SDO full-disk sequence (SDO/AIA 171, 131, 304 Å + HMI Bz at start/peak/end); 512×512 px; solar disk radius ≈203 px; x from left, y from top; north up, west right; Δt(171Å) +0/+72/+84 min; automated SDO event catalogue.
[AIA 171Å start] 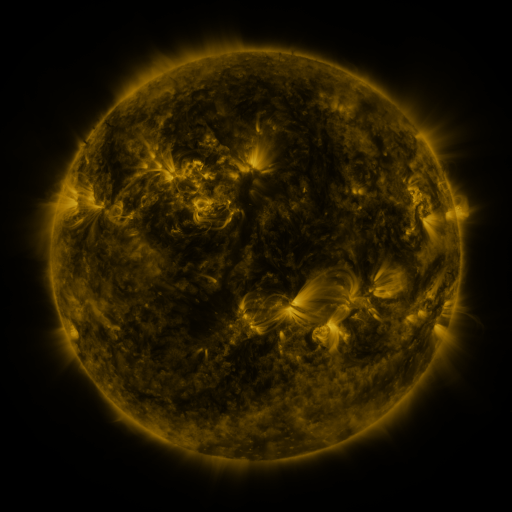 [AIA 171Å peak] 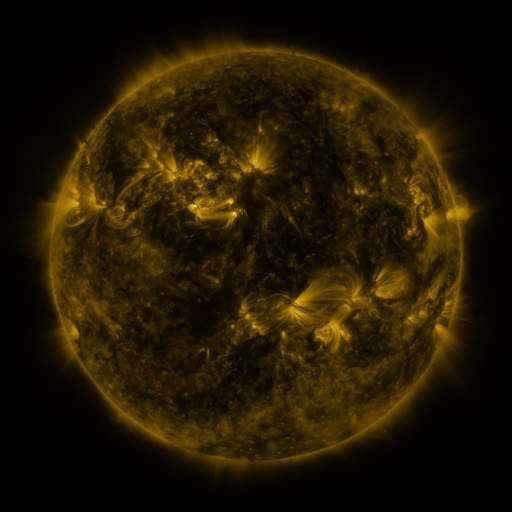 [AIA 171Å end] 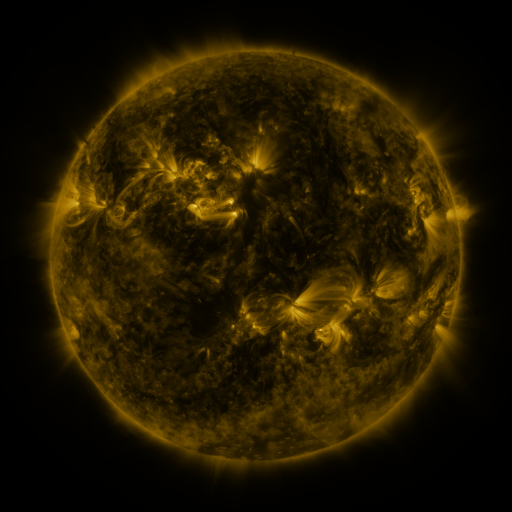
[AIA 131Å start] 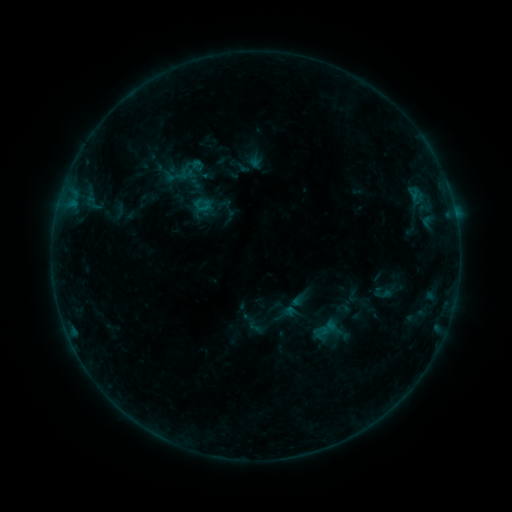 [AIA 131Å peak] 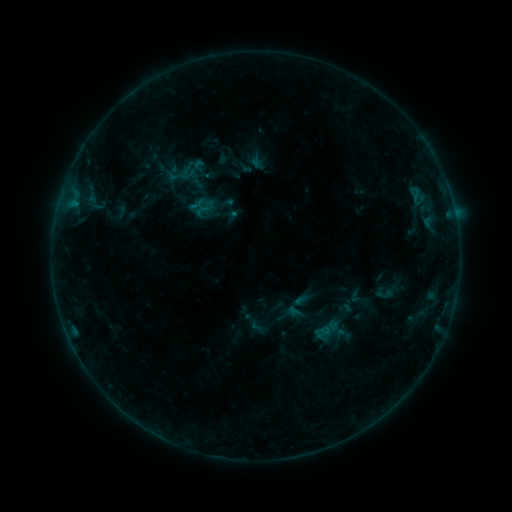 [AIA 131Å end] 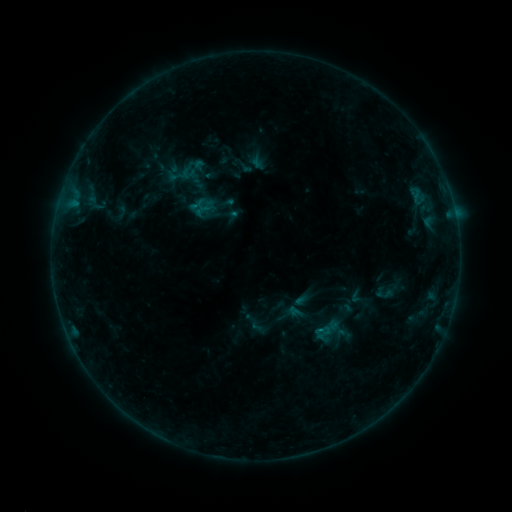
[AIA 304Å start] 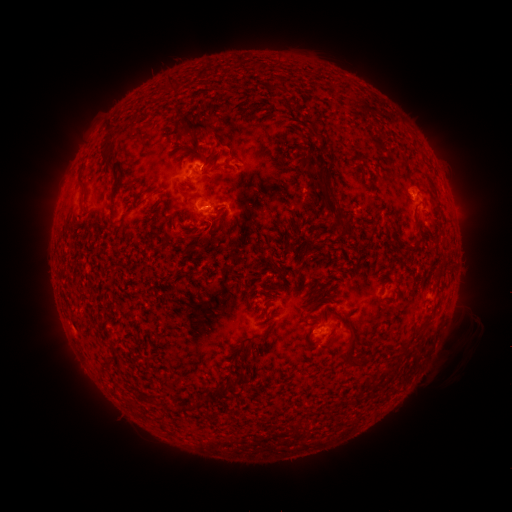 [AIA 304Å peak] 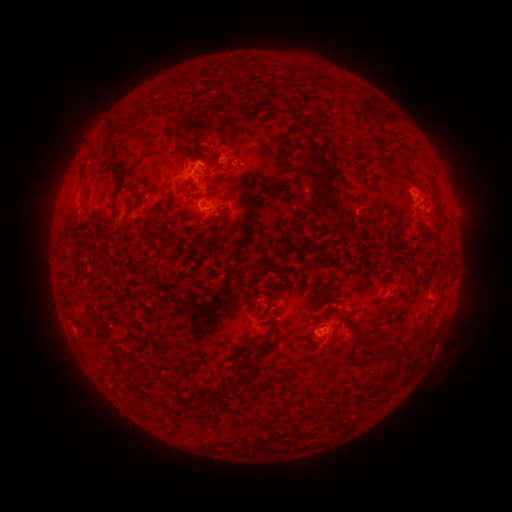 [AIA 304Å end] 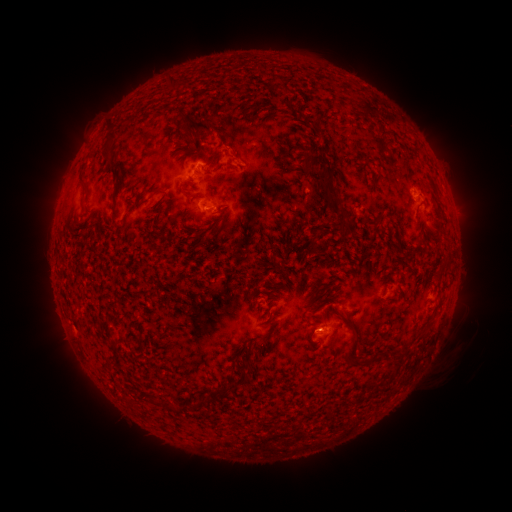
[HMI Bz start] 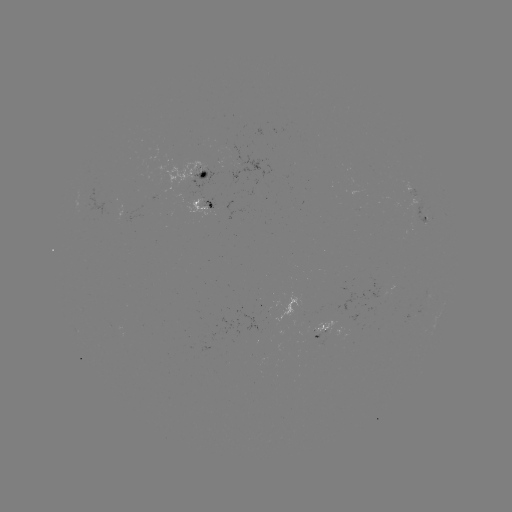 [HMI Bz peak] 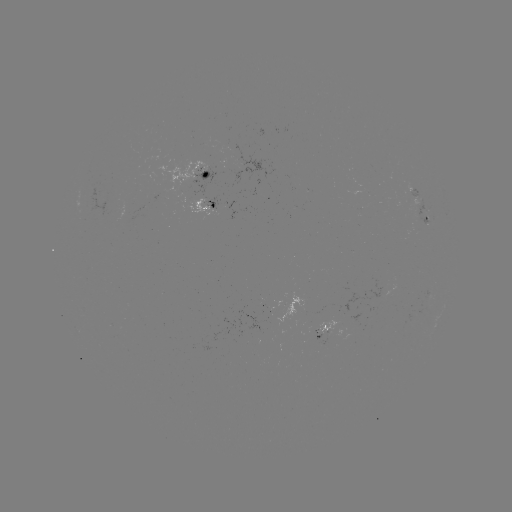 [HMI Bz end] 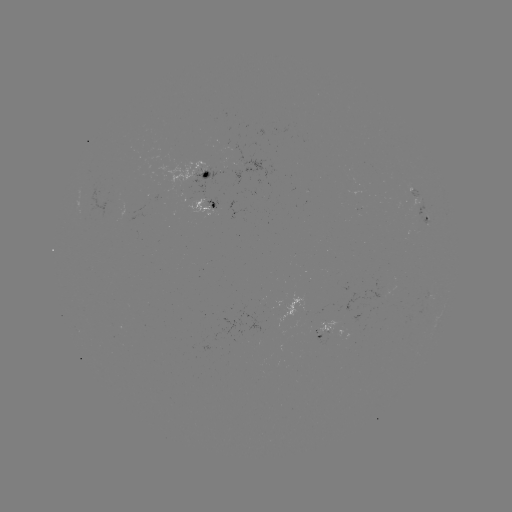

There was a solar emerging-flux region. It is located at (417, 197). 